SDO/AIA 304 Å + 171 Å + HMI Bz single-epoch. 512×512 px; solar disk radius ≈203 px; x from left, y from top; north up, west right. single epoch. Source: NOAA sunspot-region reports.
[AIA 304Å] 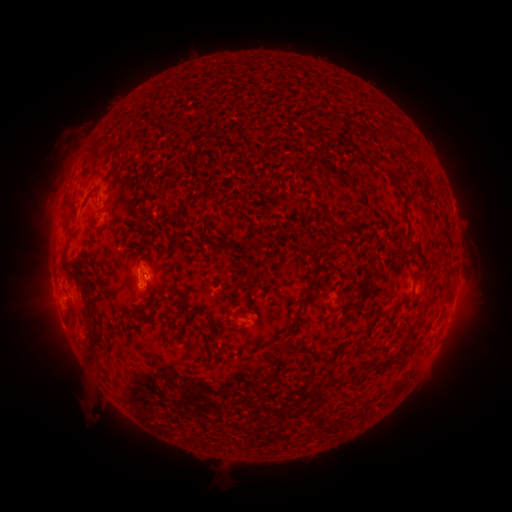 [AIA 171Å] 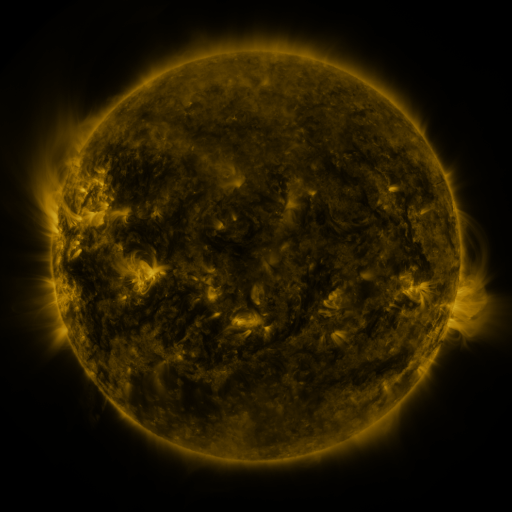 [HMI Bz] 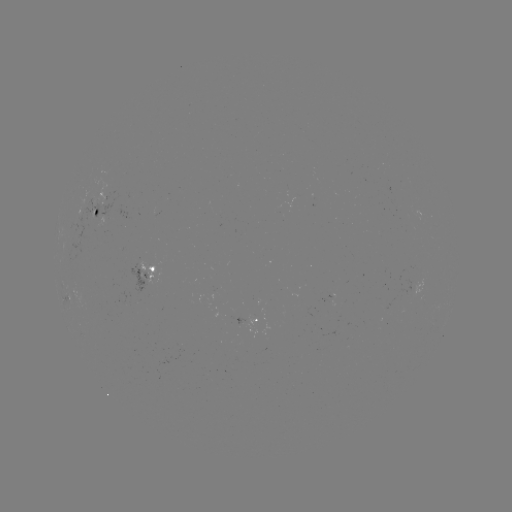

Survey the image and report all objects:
spotted active region: (105, 212)
spotted active region: (151, 272)
spotted active region: (420, 286)
spotted active region: (252, 320)
